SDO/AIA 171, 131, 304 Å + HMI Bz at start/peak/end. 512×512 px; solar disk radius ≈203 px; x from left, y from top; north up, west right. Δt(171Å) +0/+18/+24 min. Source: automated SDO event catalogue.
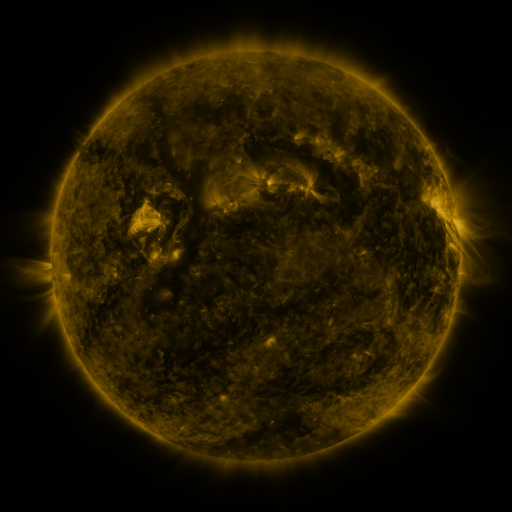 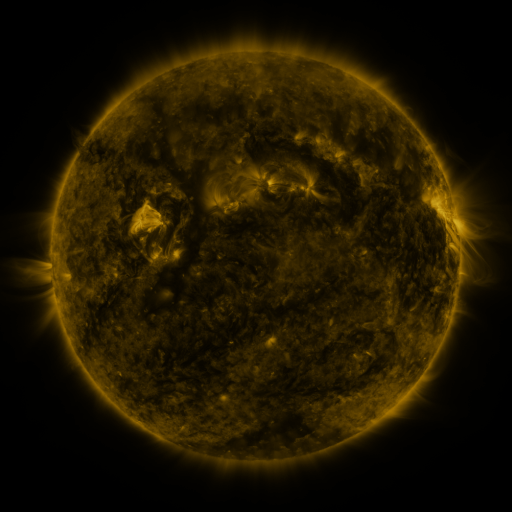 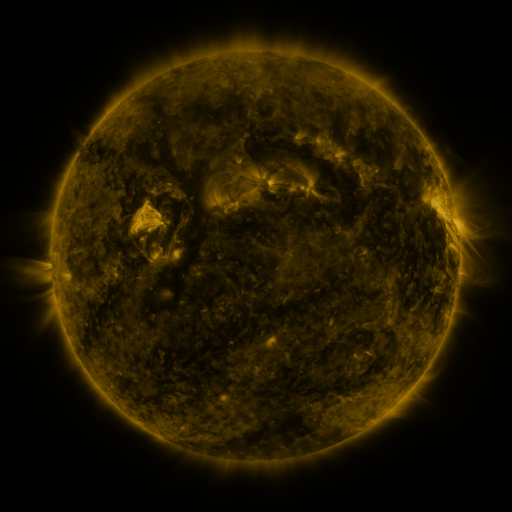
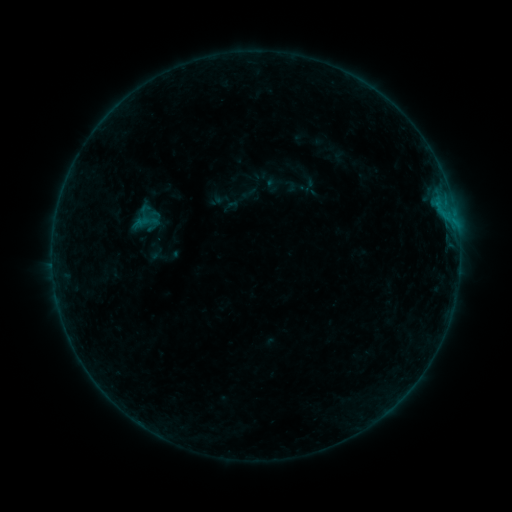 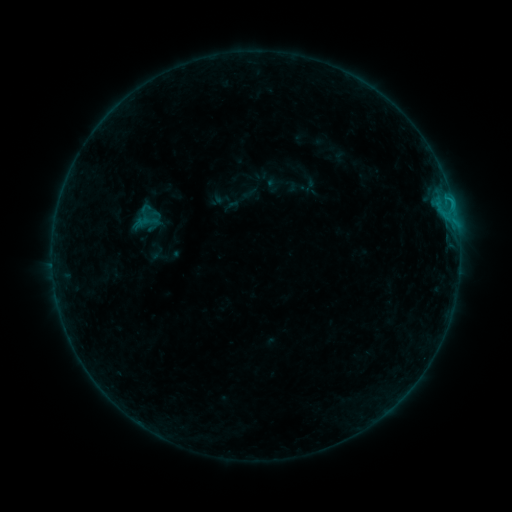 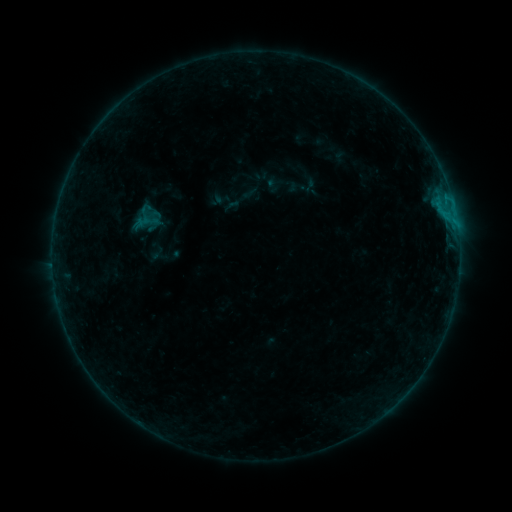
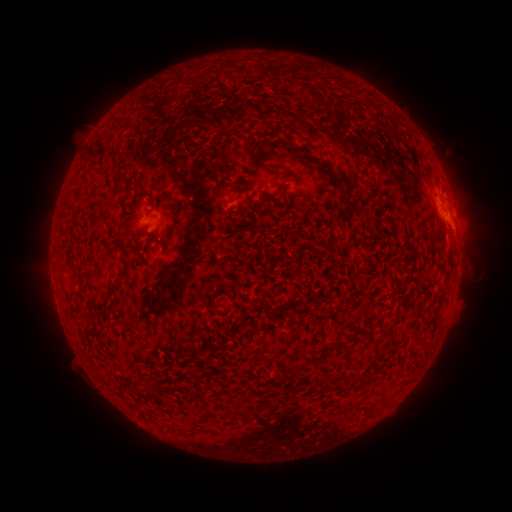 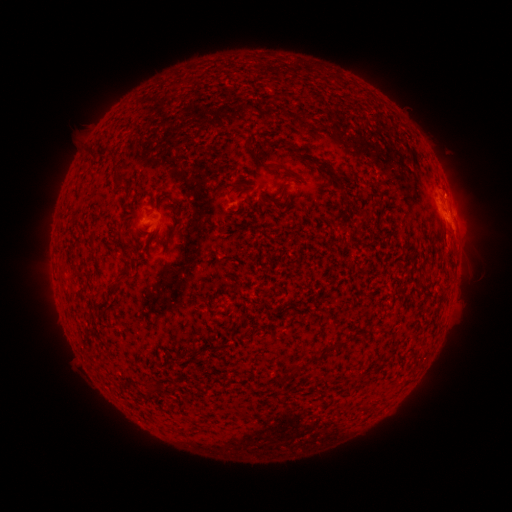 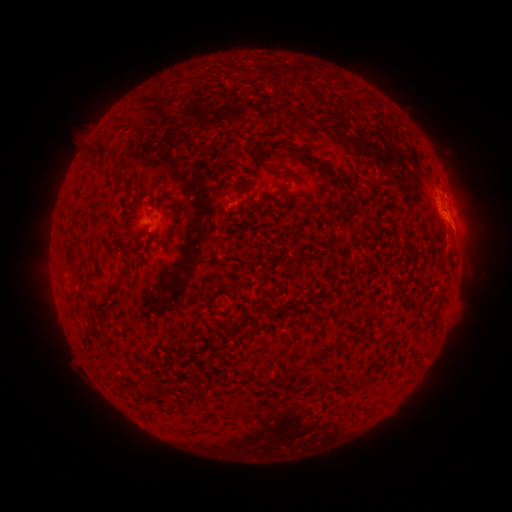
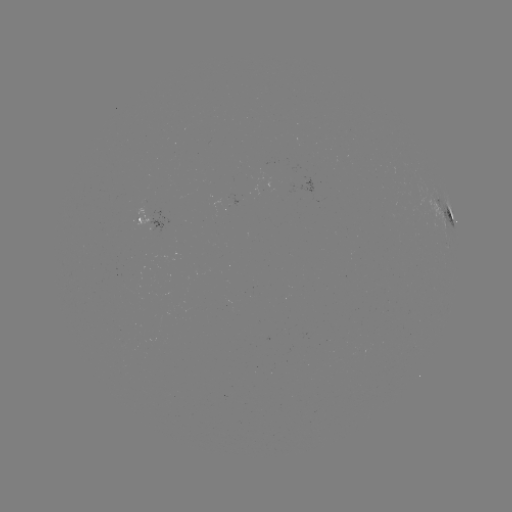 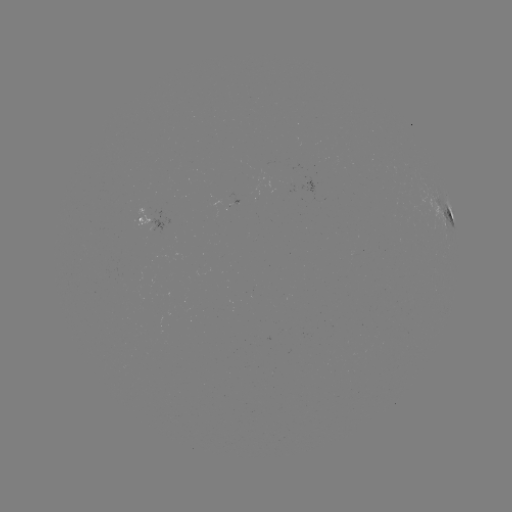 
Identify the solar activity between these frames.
B5.4 flare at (447, 199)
